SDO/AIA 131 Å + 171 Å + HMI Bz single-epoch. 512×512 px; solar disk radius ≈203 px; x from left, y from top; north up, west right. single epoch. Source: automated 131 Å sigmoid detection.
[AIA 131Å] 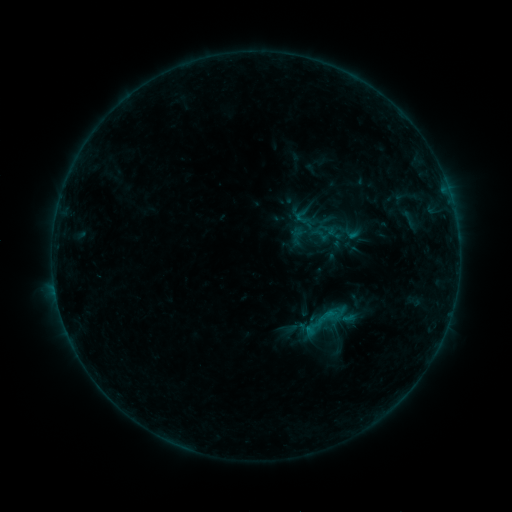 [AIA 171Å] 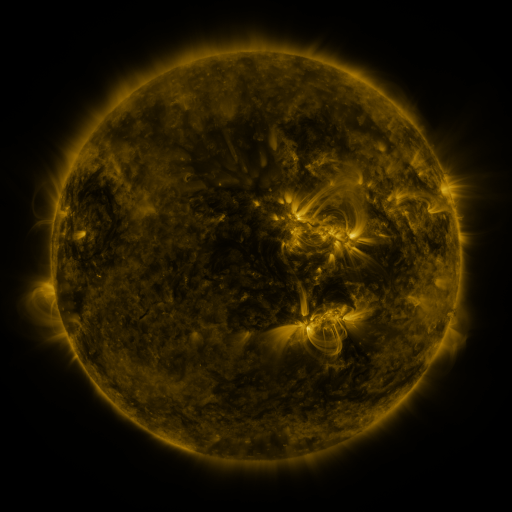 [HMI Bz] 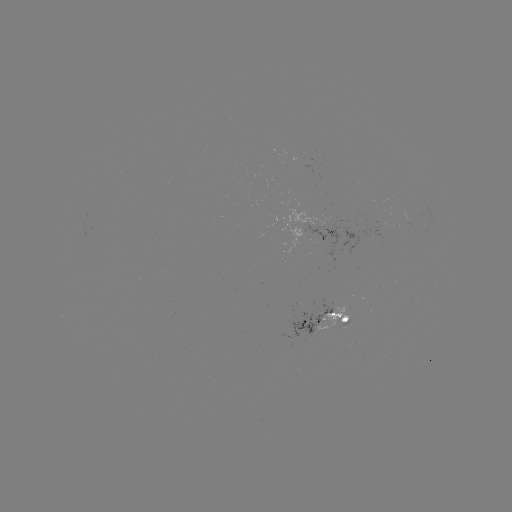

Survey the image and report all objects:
sigmoid: (319, 235)
sigmoid: (324, 321)
